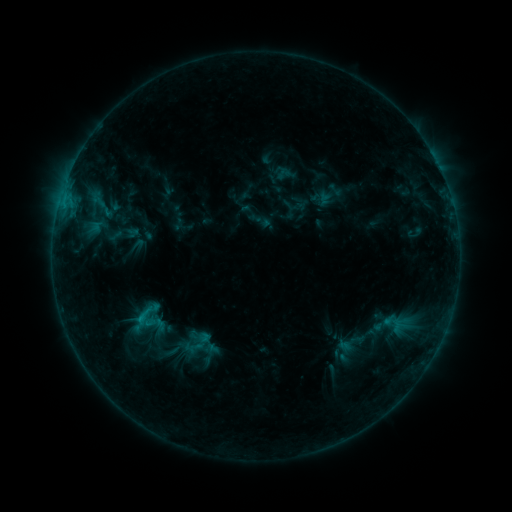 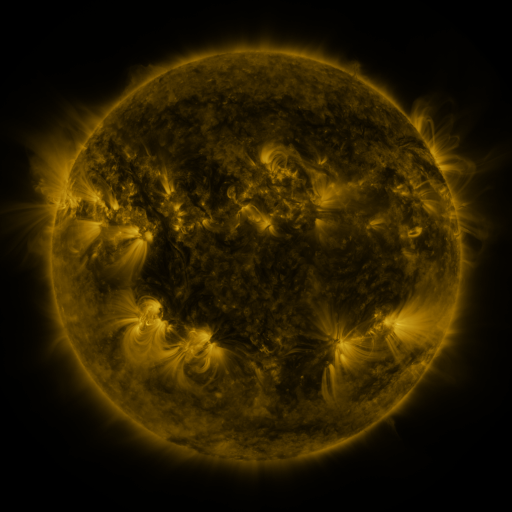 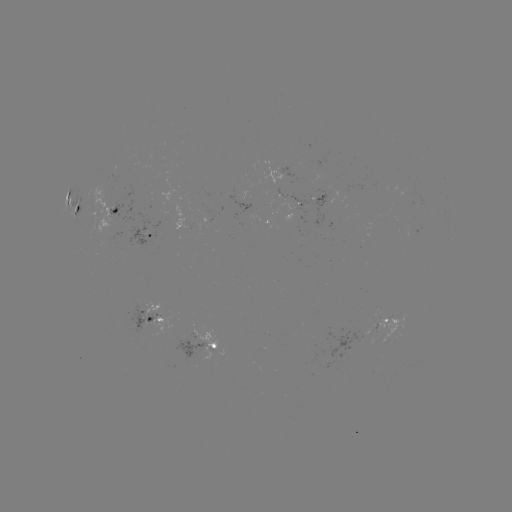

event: sigmoid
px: (143, 315)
